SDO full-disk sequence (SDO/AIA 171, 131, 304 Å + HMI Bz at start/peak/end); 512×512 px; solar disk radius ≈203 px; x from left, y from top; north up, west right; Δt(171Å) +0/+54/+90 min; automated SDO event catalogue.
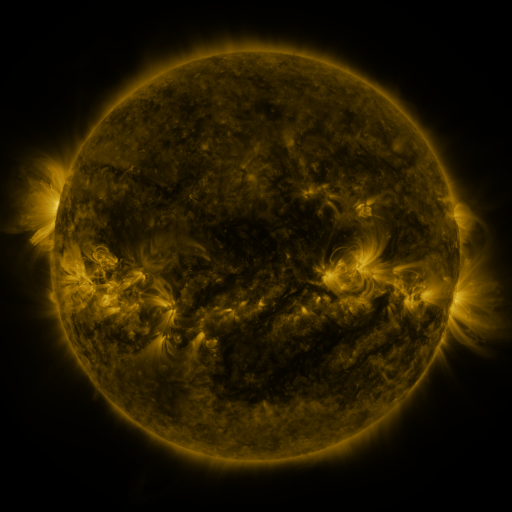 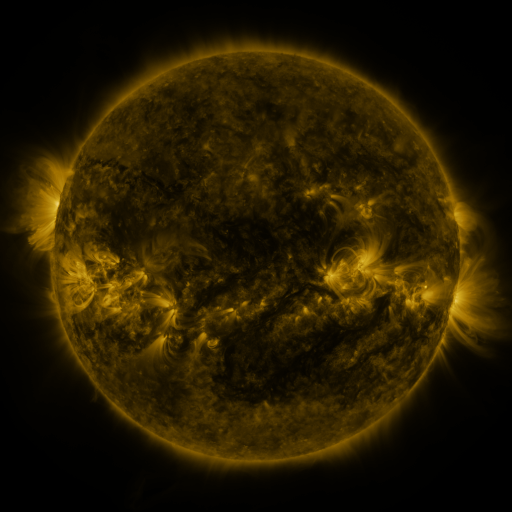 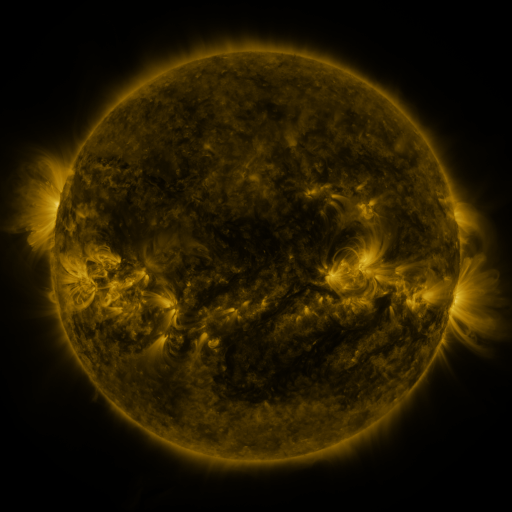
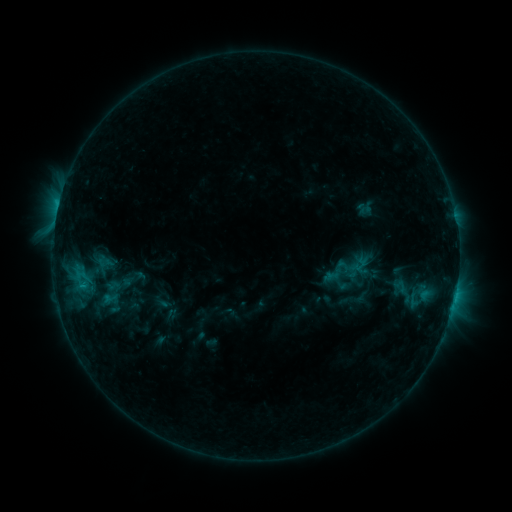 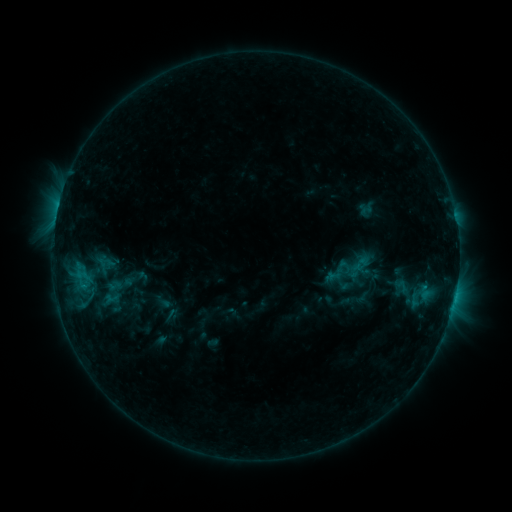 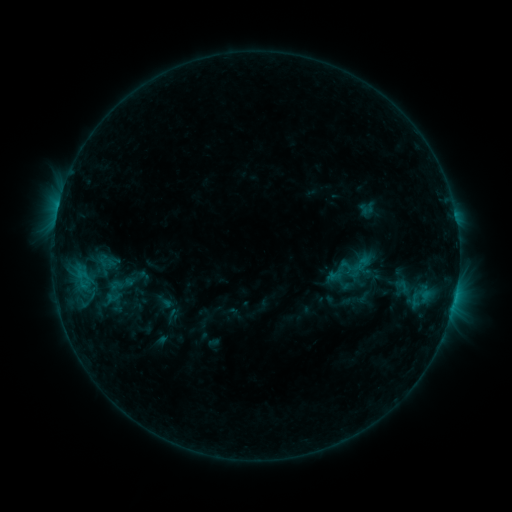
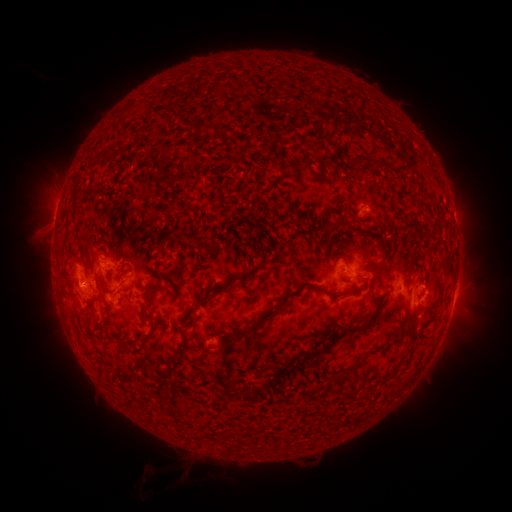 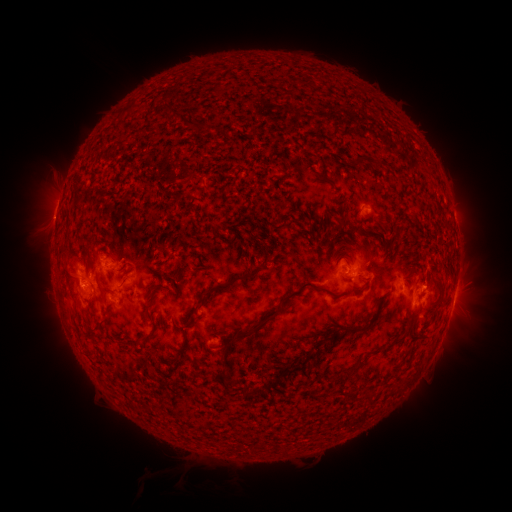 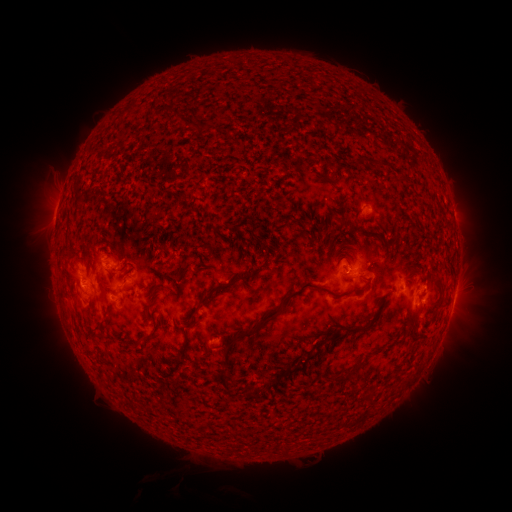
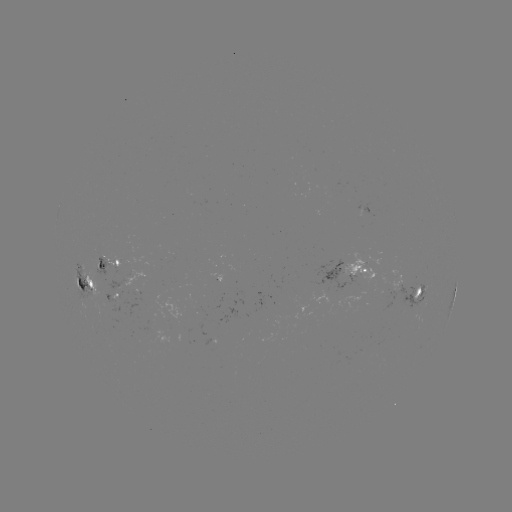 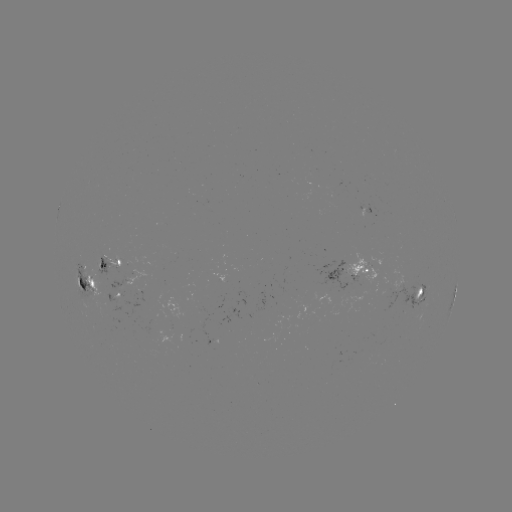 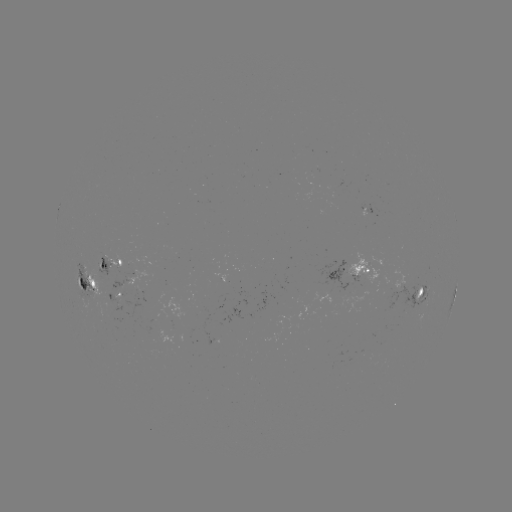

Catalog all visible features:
emerging-flux region: (117, 307)
